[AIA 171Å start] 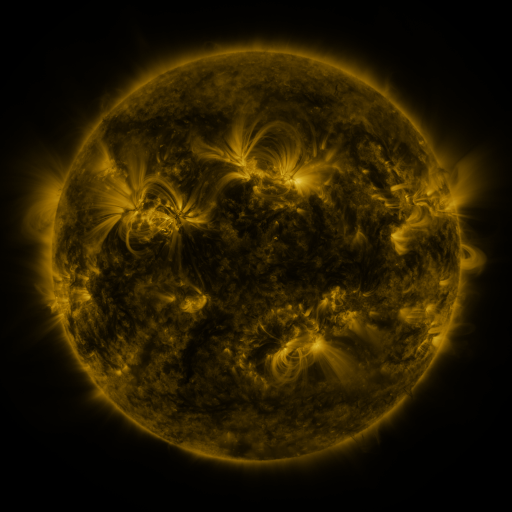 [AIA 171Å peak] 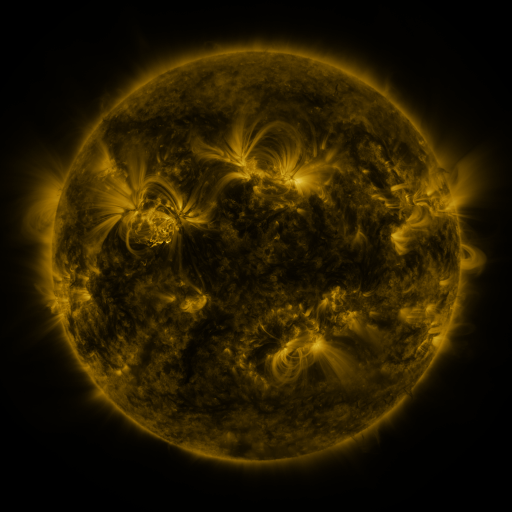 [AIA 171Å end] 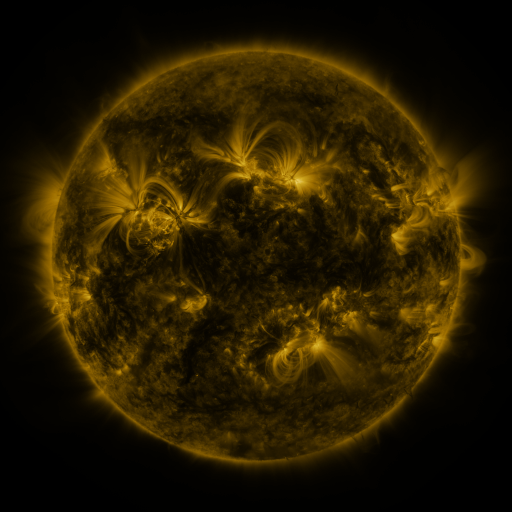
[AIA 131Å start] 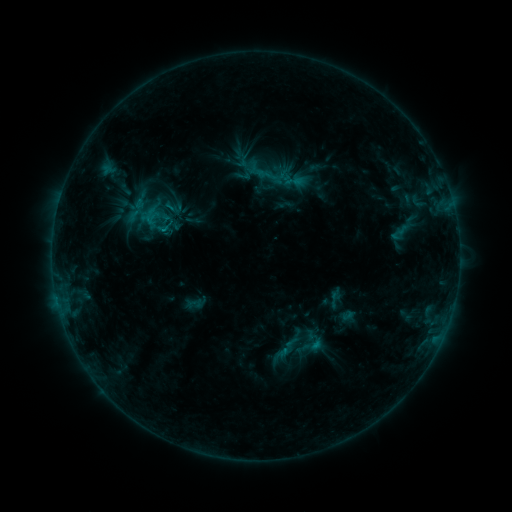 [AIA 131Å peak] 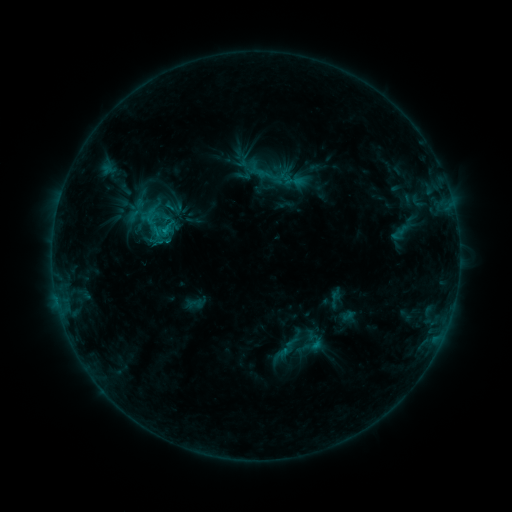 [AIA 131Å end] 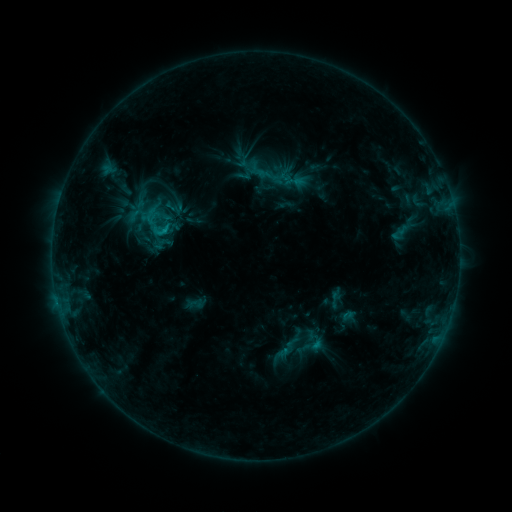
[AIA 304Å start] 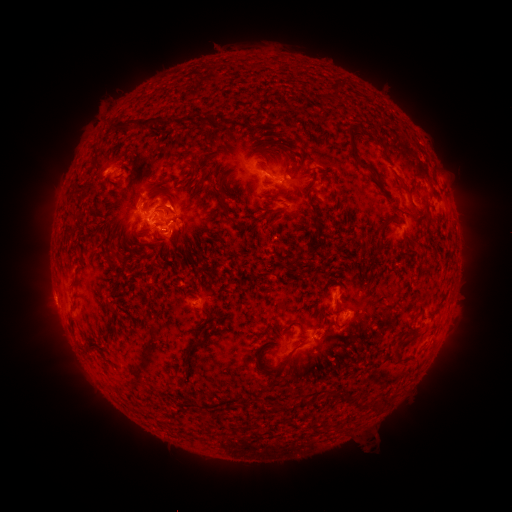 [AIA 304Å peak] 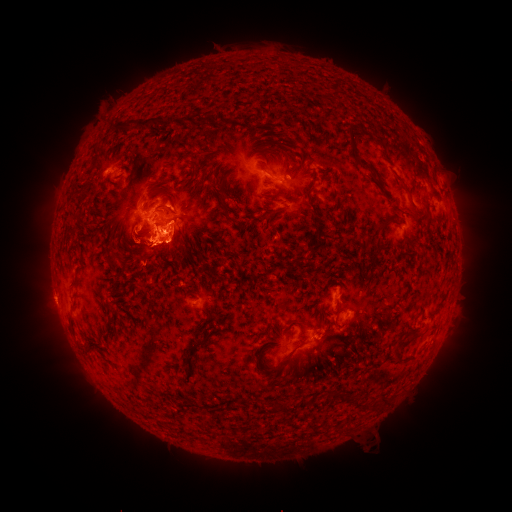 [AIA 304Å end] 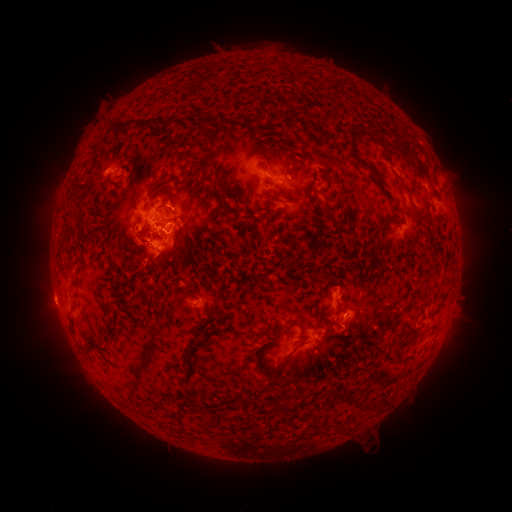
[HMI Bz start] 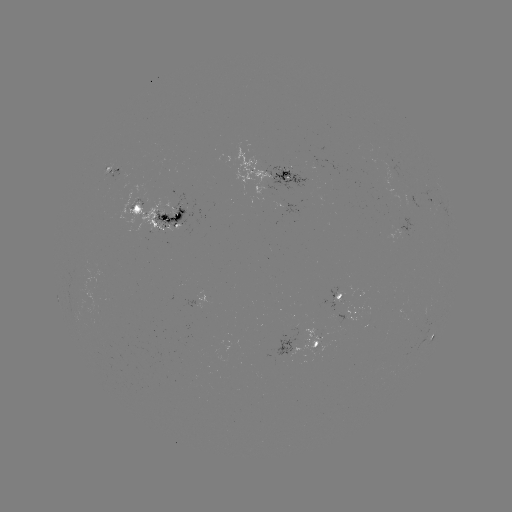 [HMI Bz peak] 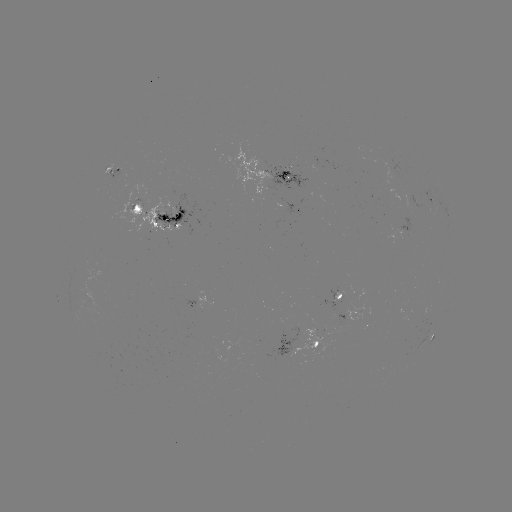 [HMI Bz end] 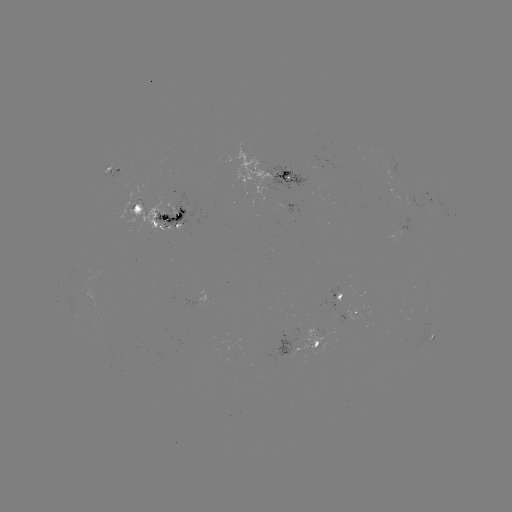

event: eruption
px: (162, 253)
